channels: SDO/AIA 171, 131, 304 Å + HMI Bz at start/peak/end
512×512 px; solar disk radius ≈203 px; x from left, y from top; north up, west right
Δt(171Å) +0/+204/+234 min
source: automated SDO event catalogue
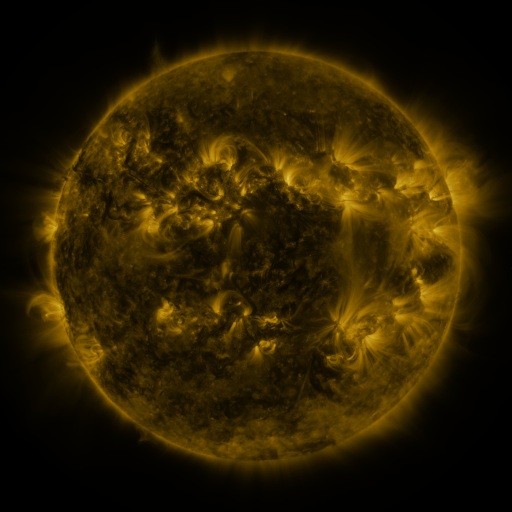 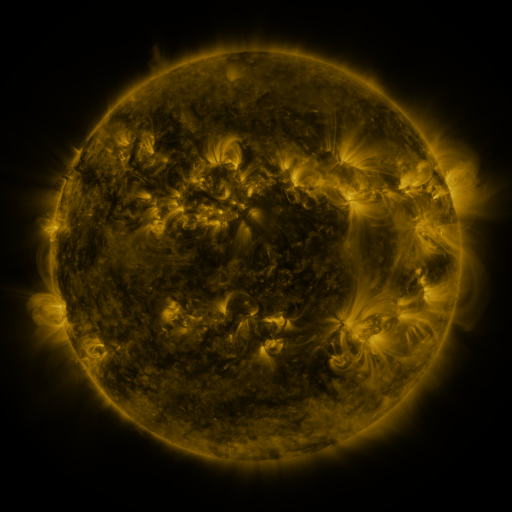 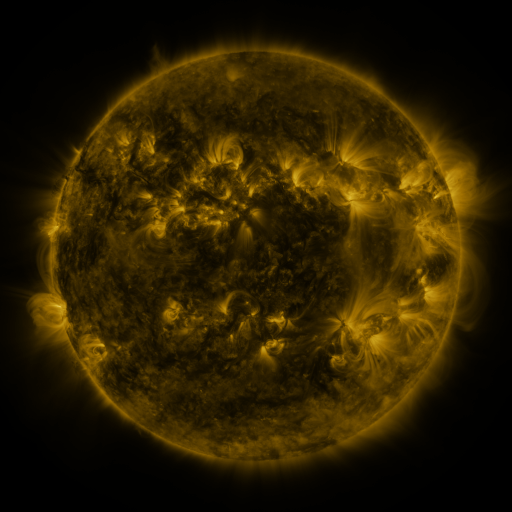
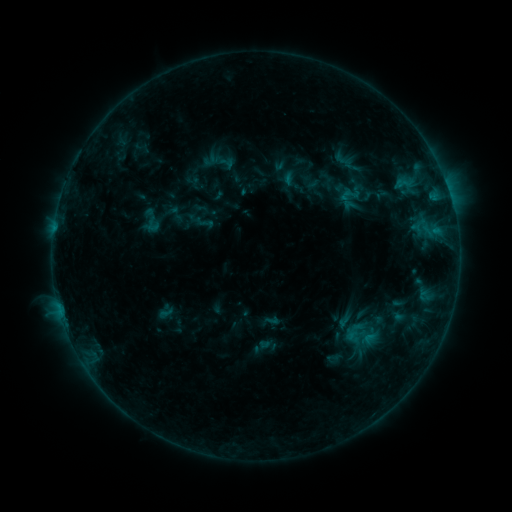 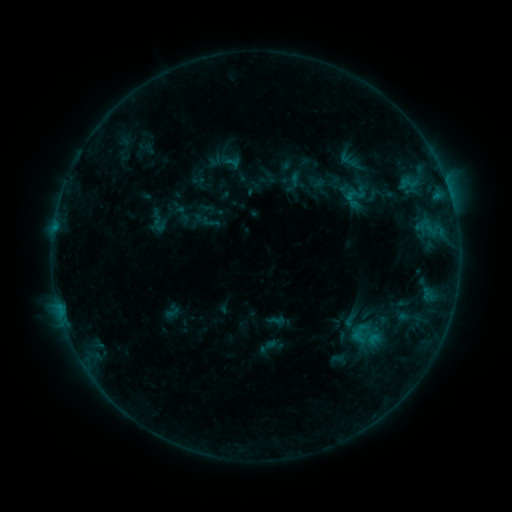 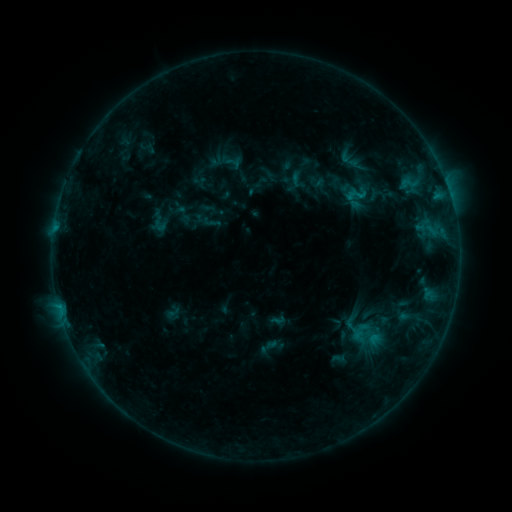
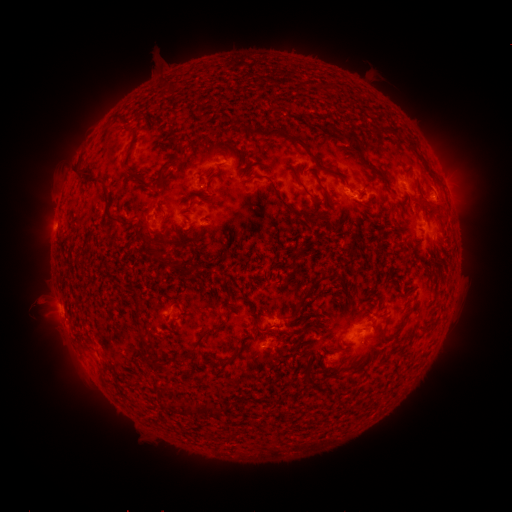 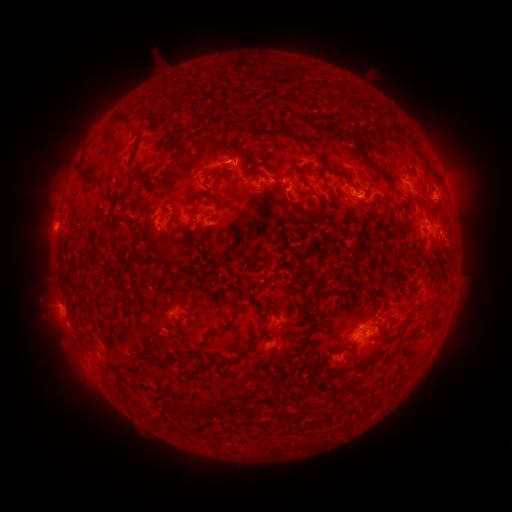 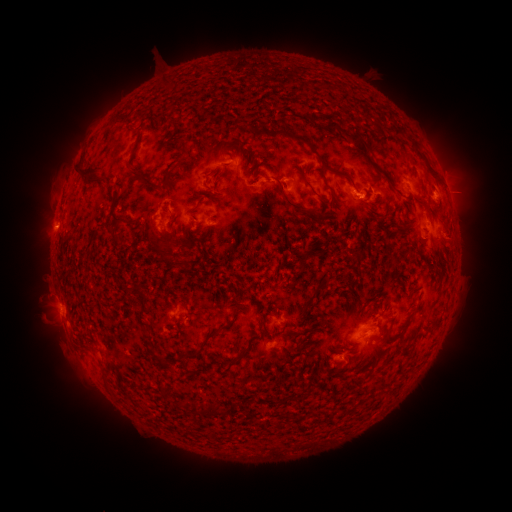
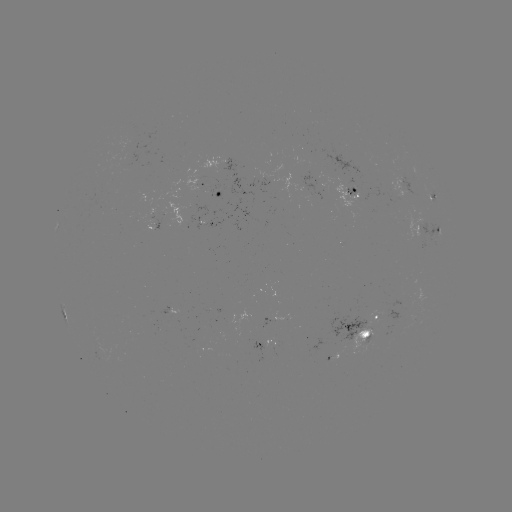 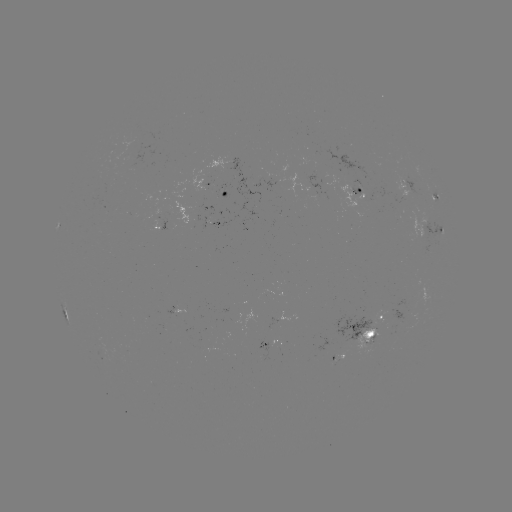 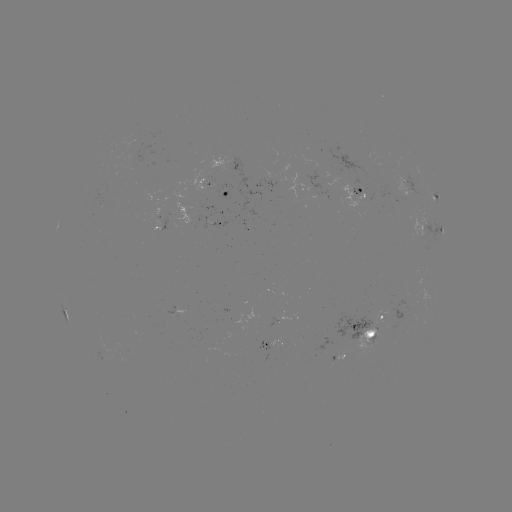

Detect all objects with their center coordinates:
emerging-flux region: (372, 333)
